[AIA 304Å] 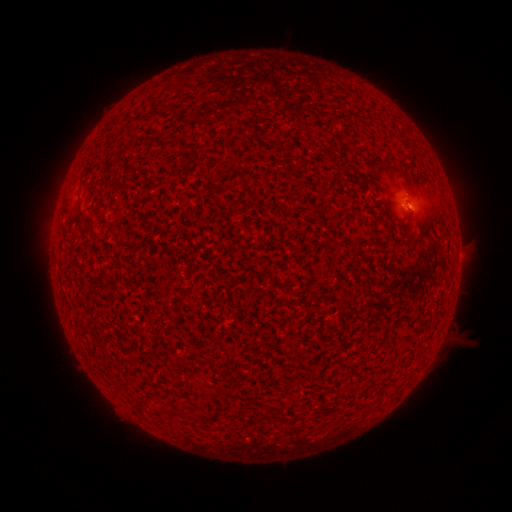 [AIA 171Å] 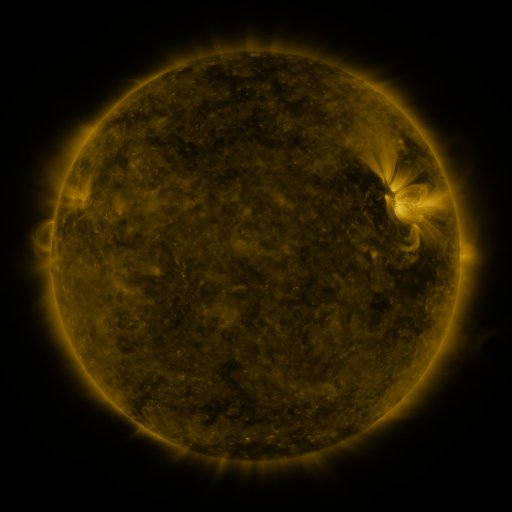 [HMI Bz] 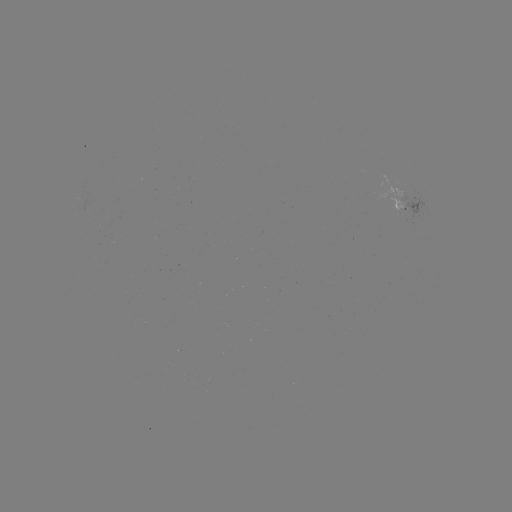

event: spotted active region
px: (402, 202)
